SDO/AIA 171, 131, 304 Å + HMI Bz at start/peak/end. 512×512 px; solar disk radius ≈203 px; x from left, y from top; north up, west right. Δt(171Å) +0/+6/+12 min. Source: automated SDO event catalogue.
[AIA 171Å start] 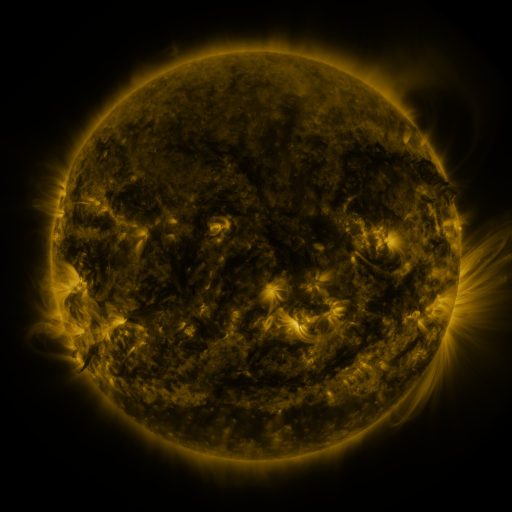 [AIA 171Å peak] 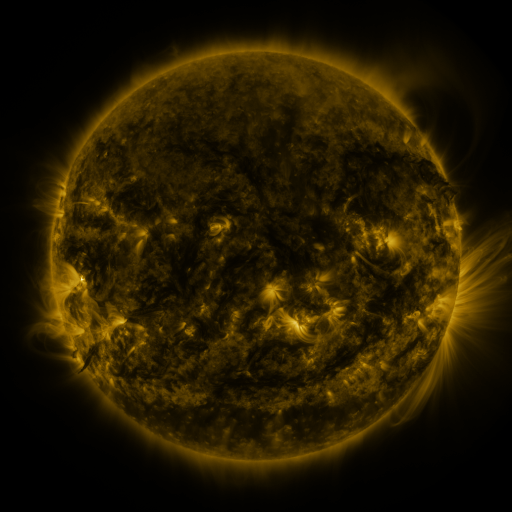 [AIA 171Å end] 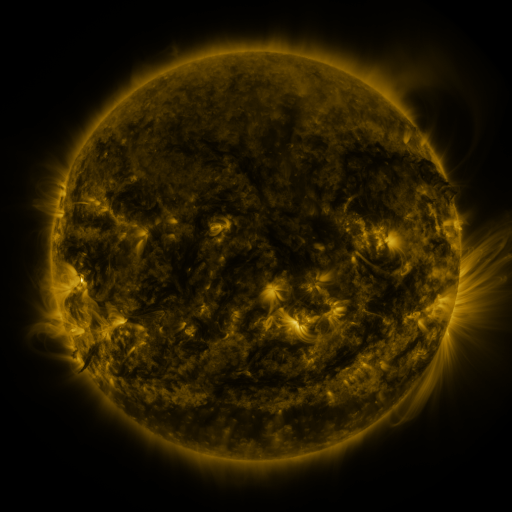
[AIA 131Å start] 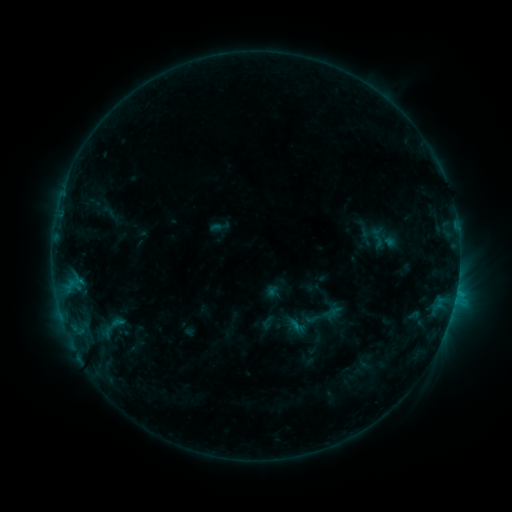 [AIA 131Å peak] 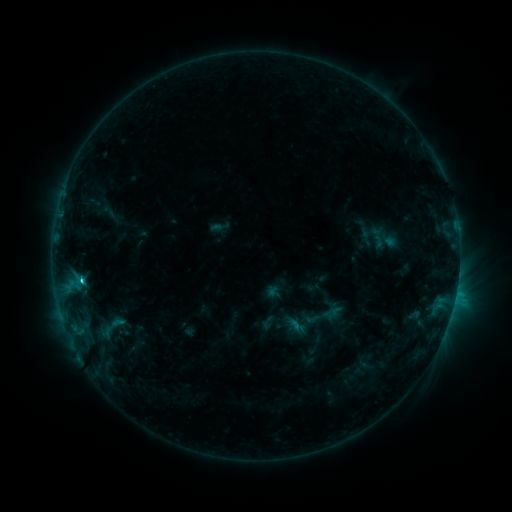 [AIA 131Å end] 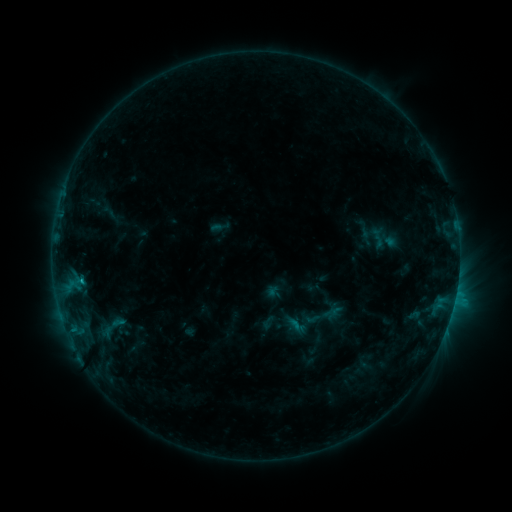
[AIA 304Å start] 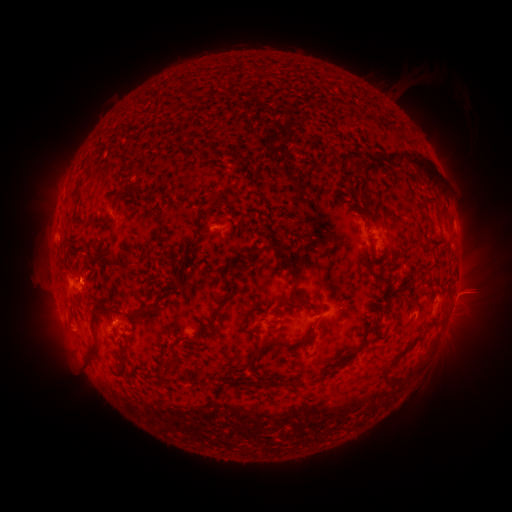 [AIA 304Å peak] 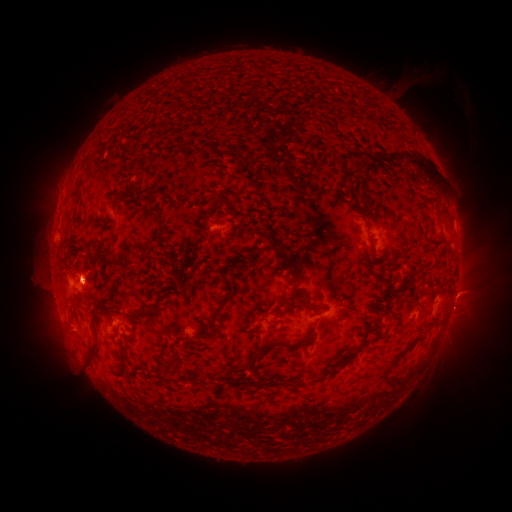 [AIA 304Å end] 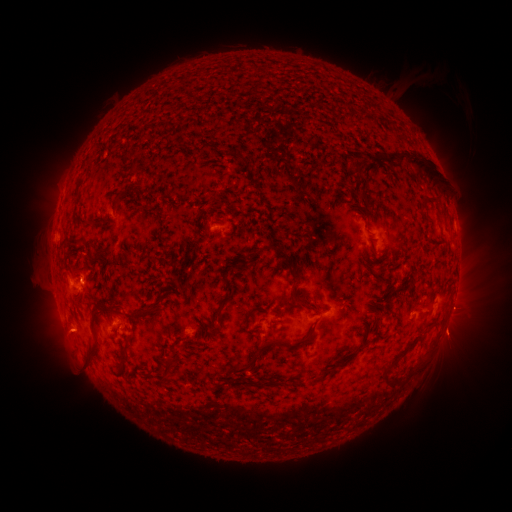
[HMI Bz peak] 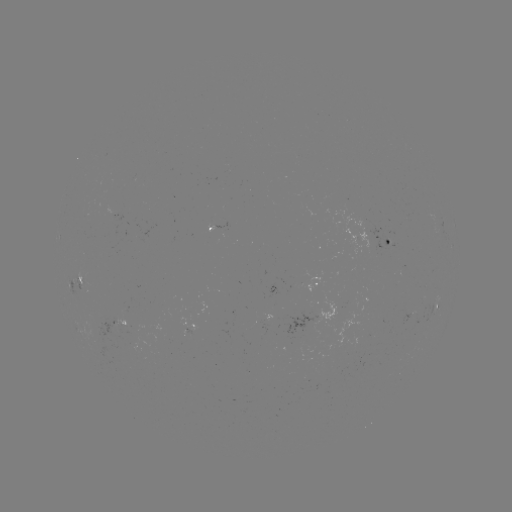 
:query C2.0 flare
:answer (83, 278)